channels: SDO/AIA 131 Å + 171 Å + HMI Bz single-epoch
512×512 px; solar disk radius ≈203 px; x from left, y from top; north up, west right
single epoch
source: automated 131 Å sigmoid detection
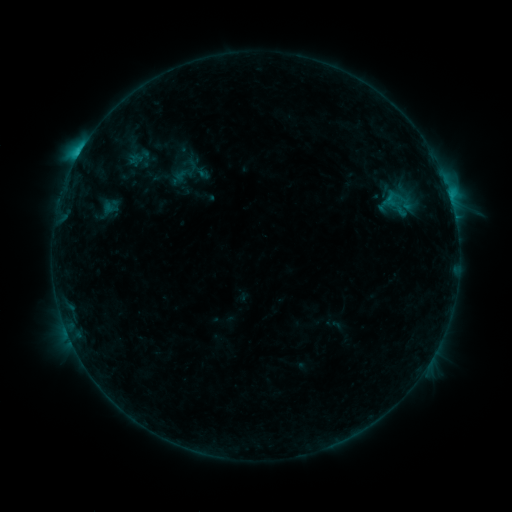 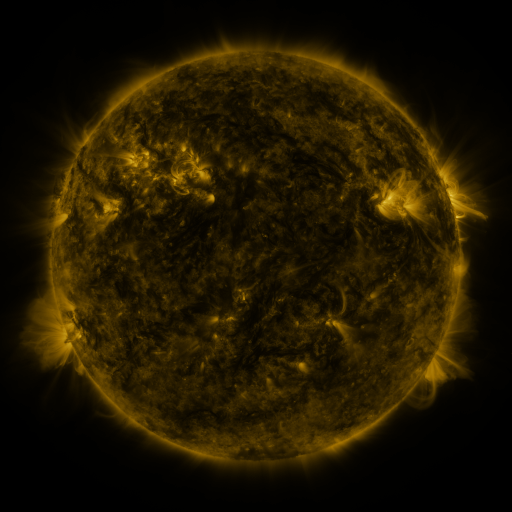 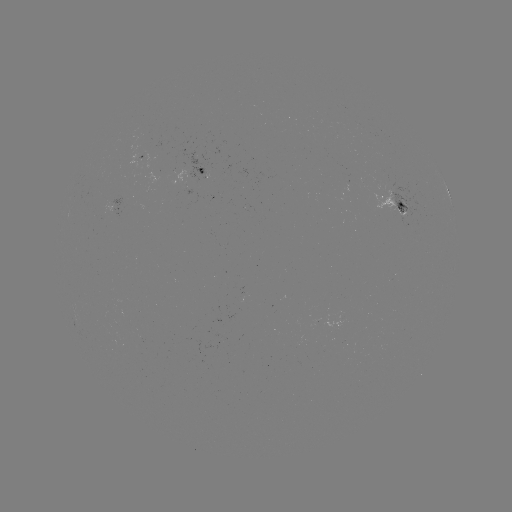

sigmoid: (167, 153, 202, 189)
